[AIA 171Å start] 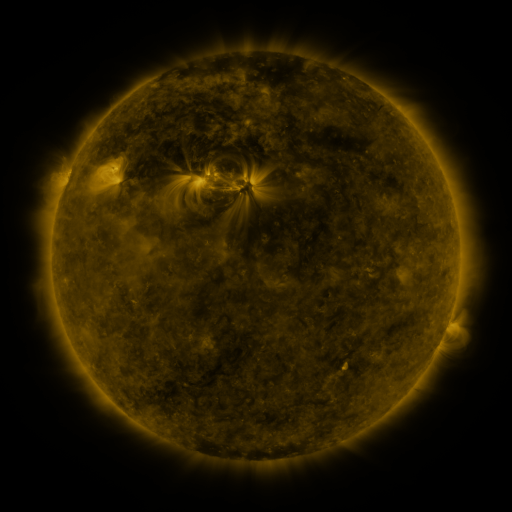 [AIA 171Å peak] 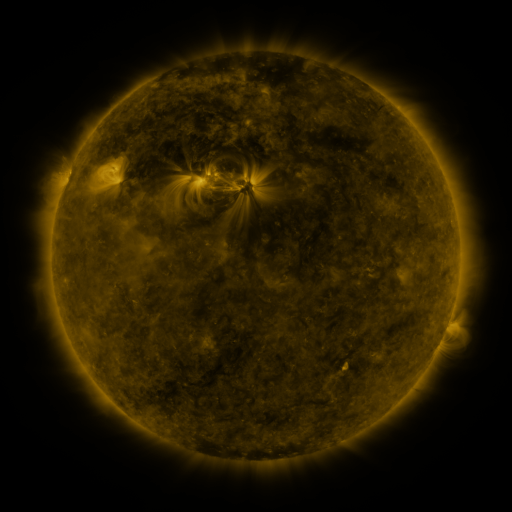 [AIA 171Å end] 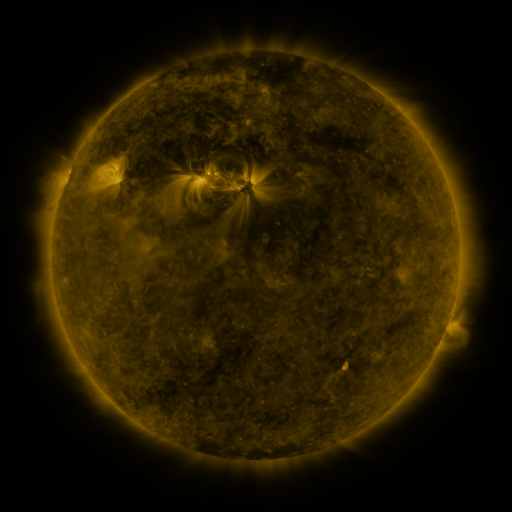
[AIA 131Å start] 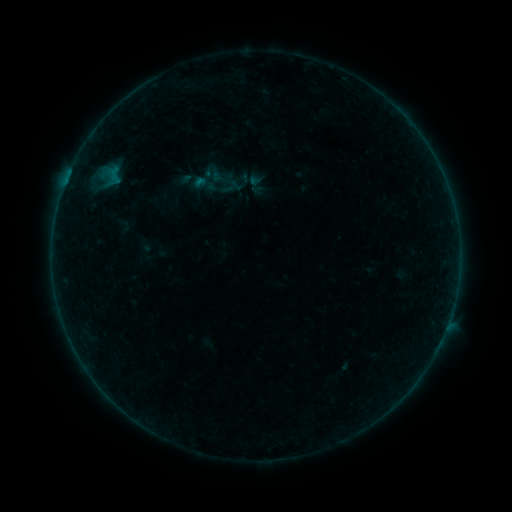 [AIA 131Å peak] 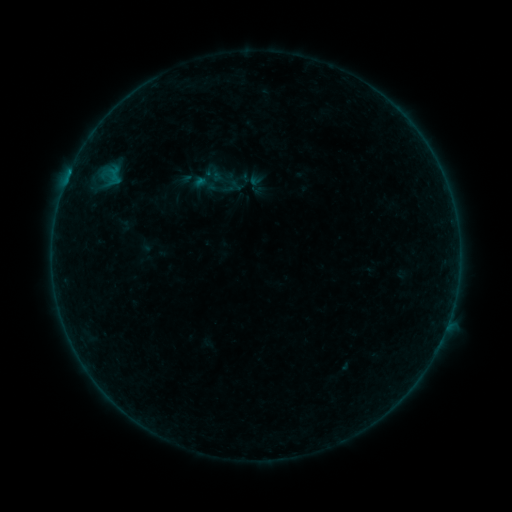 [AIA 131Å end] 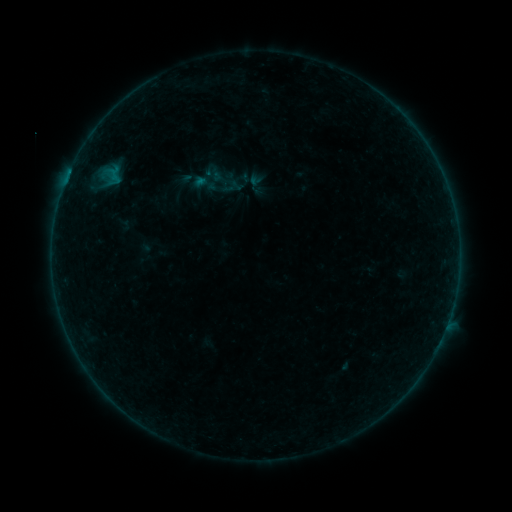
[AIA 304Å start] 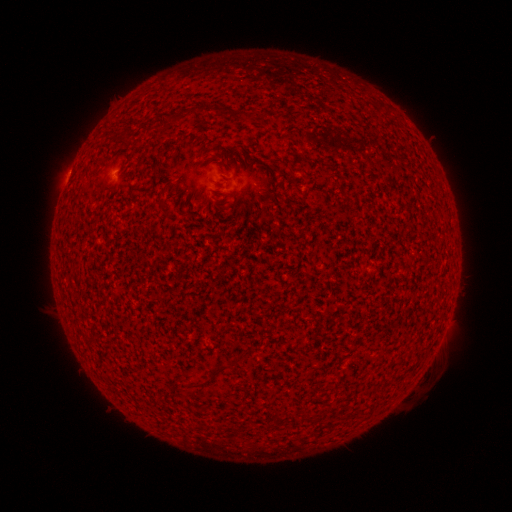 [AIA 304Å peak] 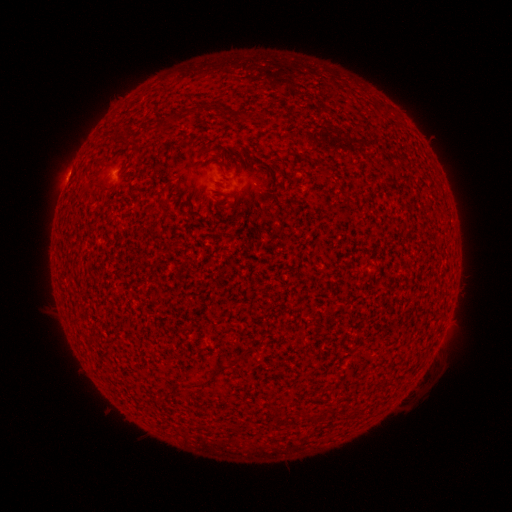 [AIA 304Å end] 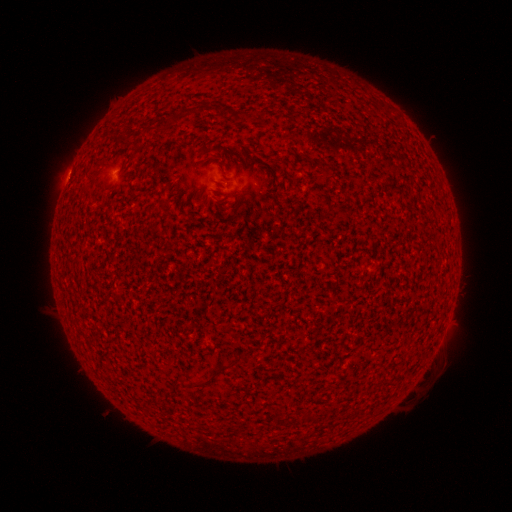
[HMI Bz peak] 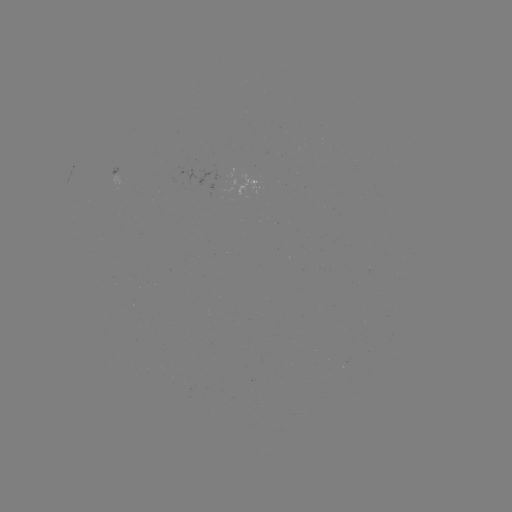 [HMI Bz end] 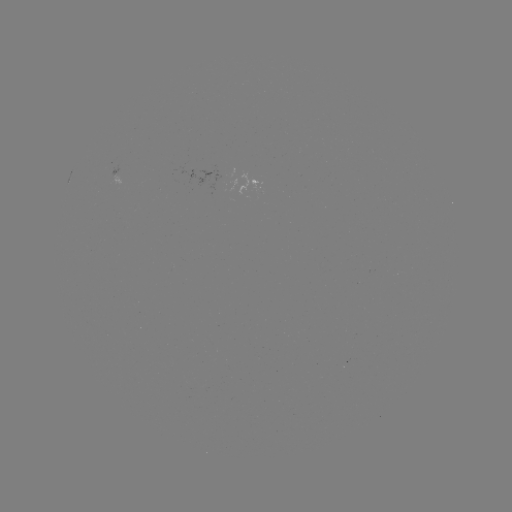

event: flare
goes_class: B1.3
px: (70, 174)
